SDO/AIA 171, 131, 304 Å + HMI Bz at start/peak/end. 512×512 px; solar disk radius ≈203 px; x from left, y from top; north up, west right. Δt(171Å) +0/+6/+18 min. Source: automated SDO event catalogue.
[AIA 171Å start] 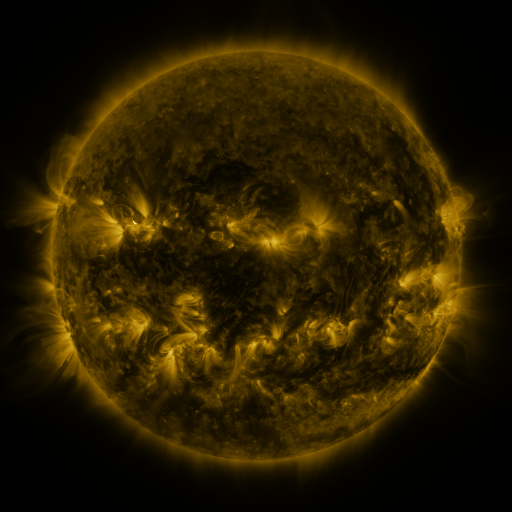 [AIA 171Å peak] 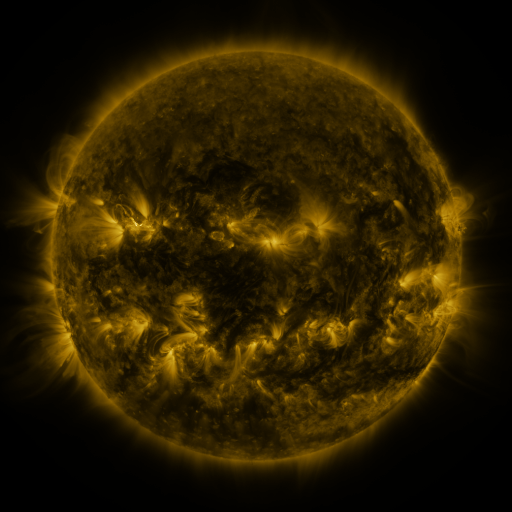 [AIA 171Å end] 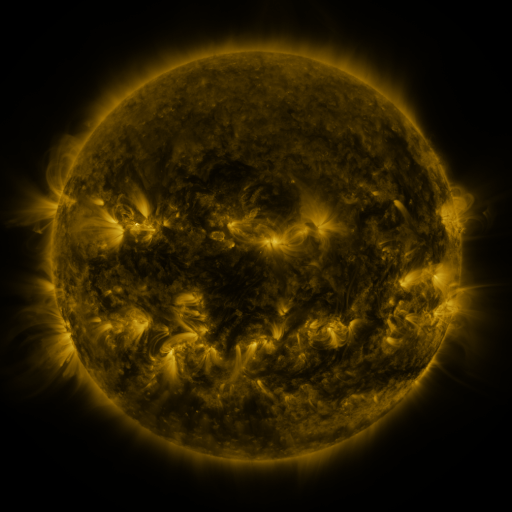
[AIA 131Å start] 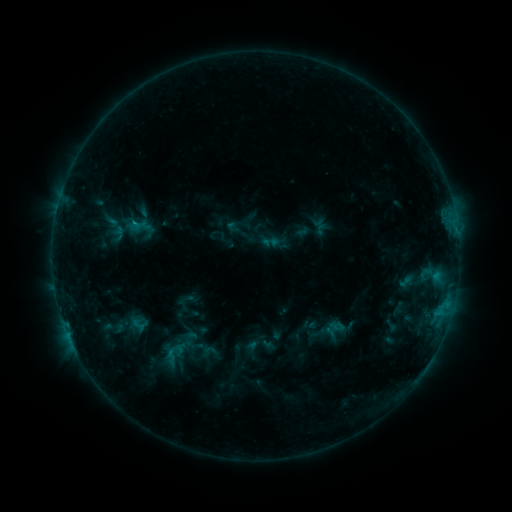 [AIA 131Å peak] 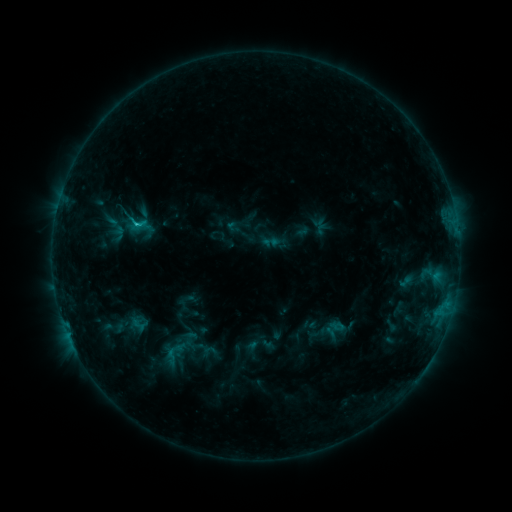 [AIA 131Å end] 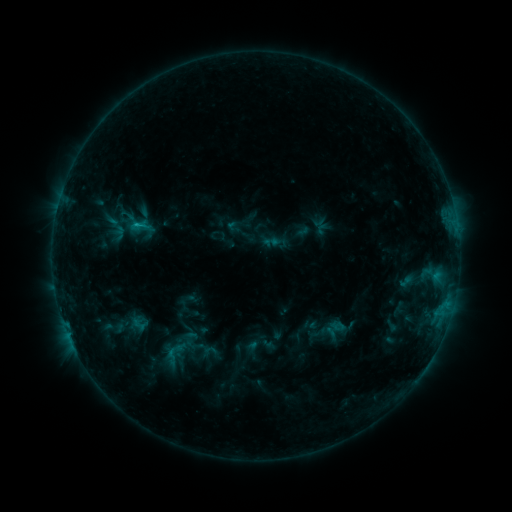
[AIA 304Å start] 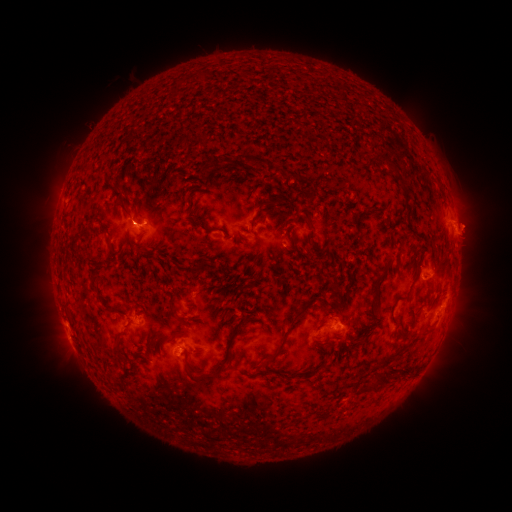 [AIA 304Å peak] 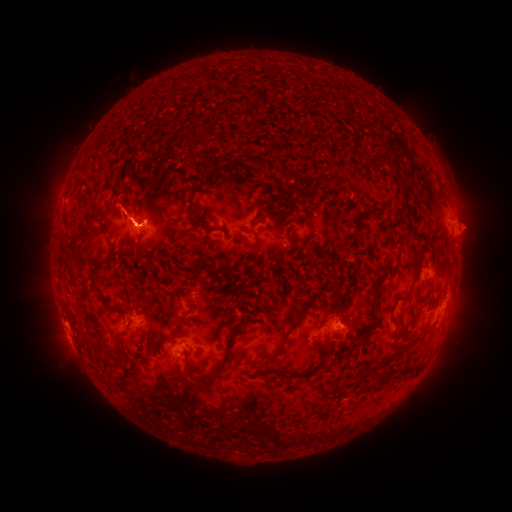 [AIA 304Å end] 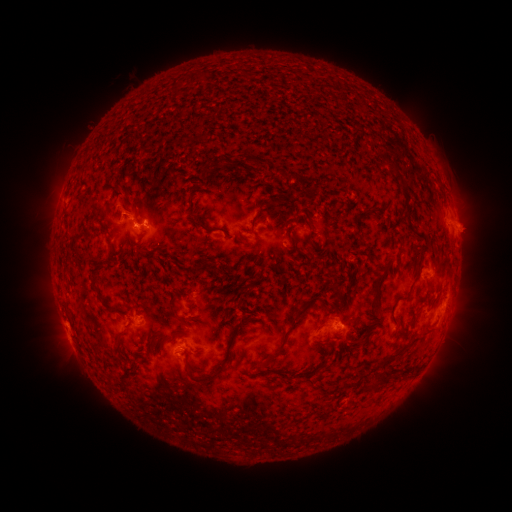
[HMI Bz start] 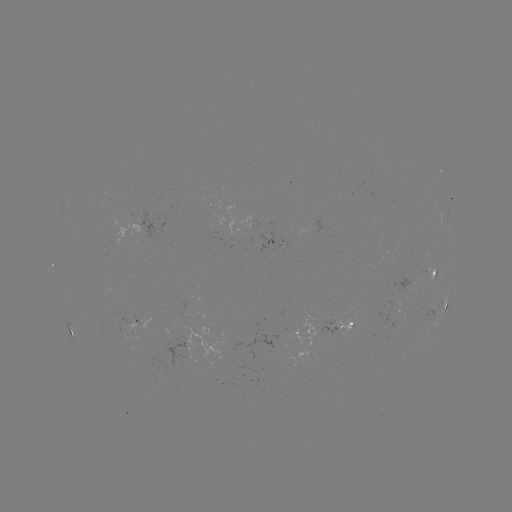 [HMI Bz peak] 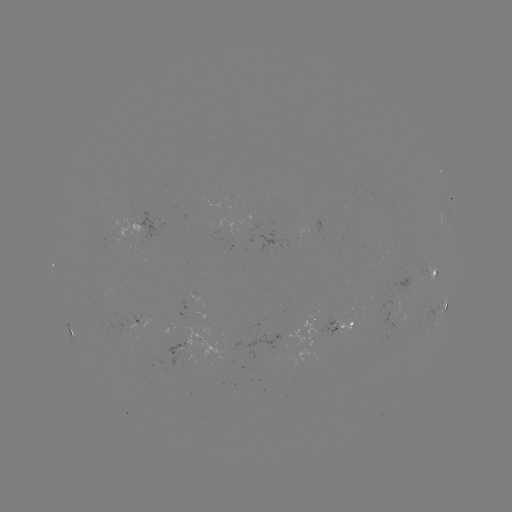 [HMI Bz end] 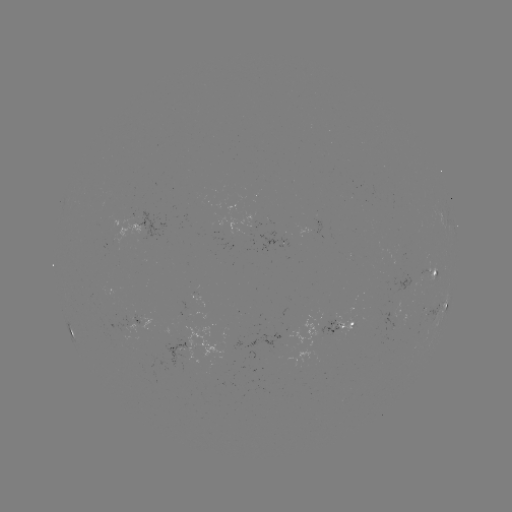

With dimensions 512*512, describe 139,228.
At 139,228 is C1.0 flare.